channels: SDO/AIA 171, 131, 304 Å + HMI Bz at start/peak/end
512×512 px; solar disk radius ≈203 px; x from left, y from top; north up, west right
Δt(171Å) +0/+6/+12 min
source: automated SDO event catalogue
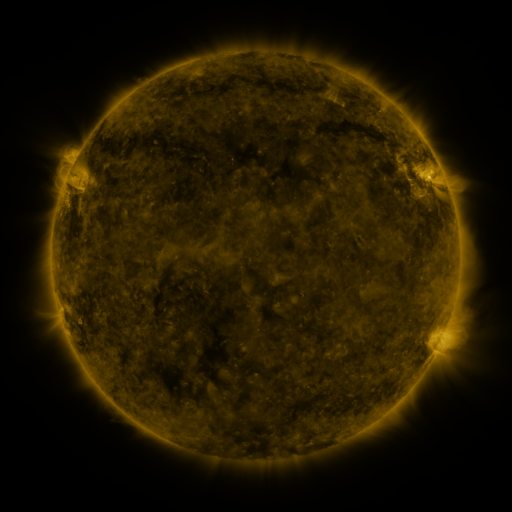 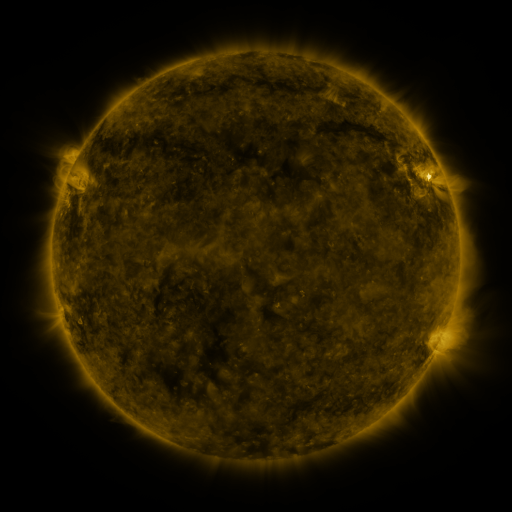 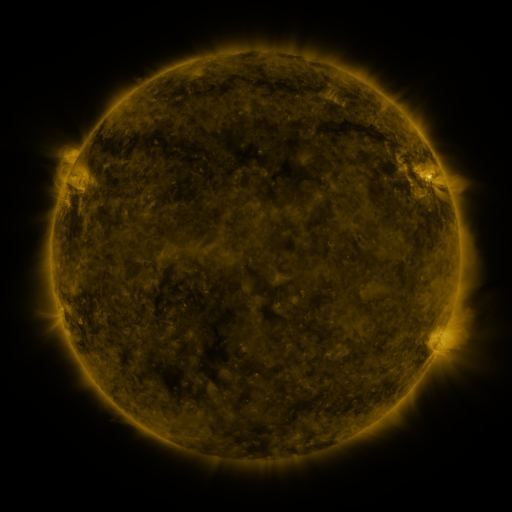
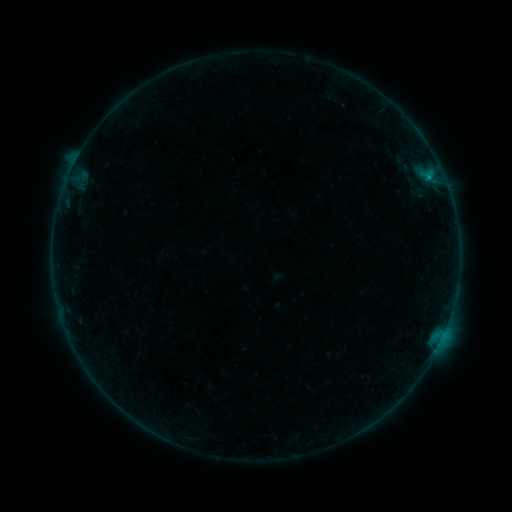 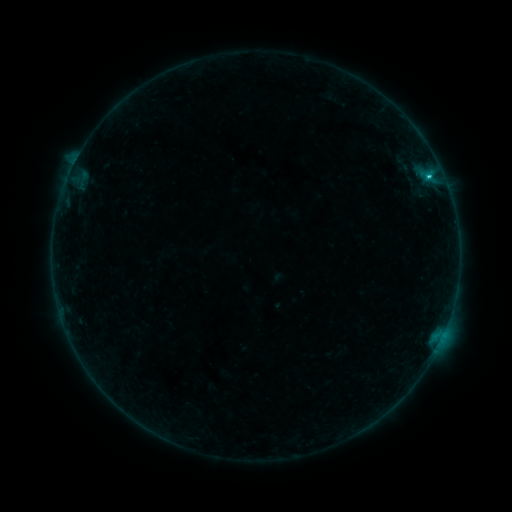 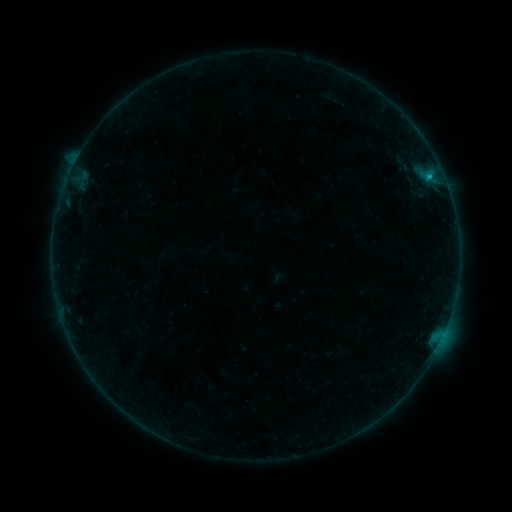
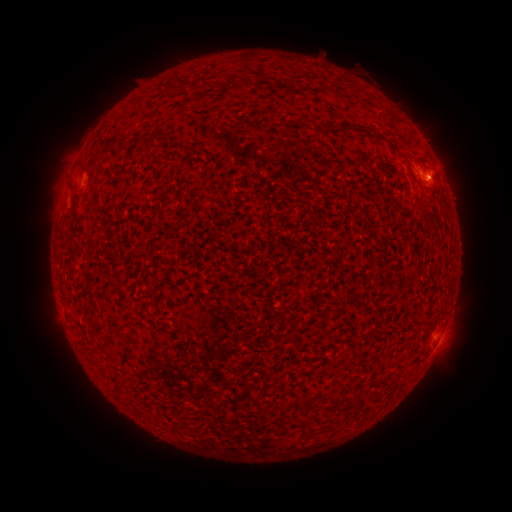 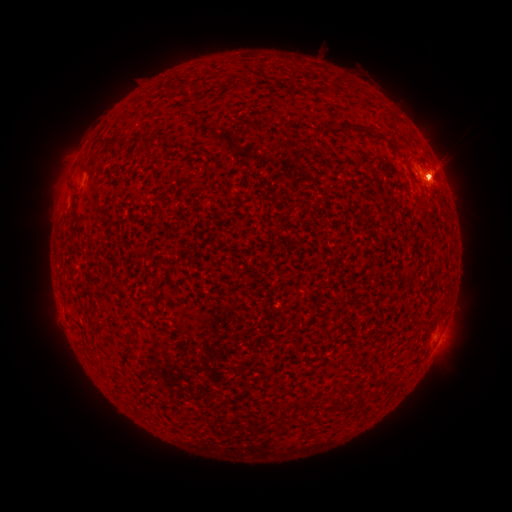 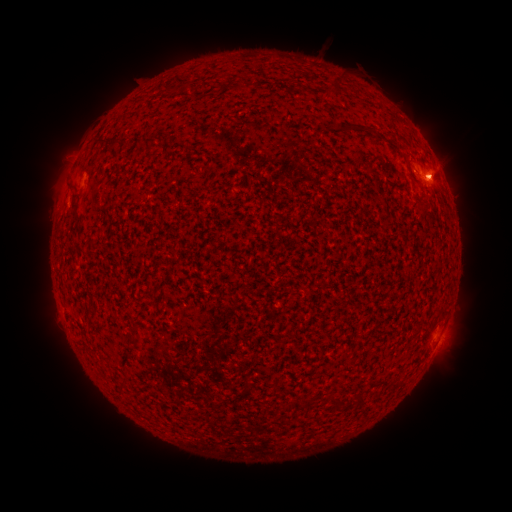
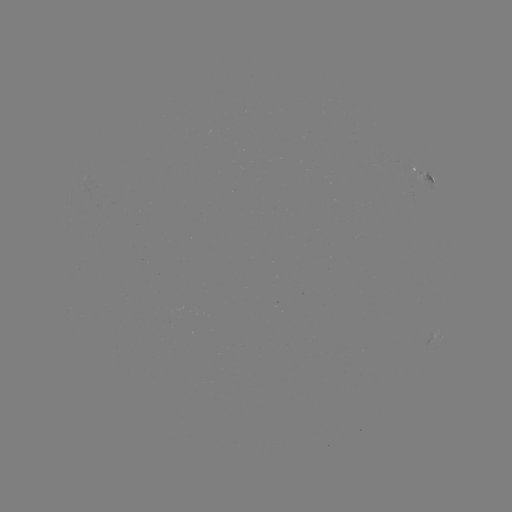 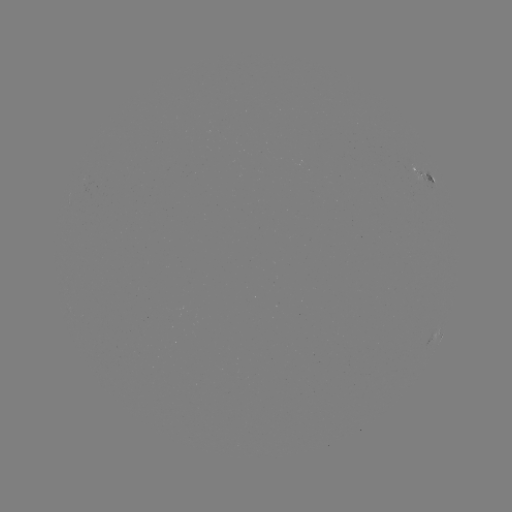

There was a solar flare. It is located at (428, 180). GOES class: C1.5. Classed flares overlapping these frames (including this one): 1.